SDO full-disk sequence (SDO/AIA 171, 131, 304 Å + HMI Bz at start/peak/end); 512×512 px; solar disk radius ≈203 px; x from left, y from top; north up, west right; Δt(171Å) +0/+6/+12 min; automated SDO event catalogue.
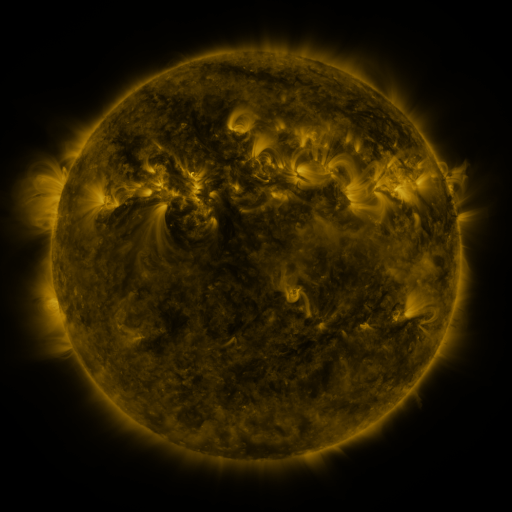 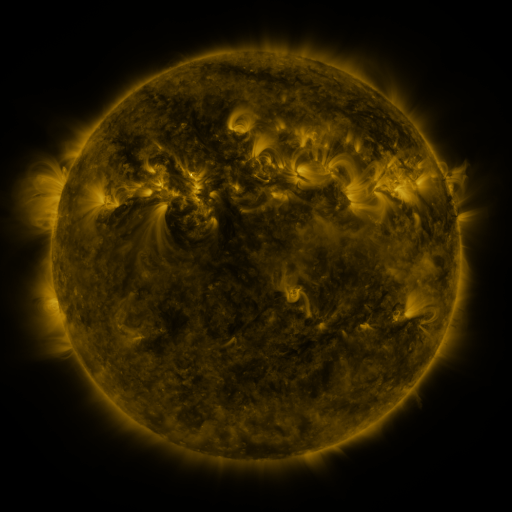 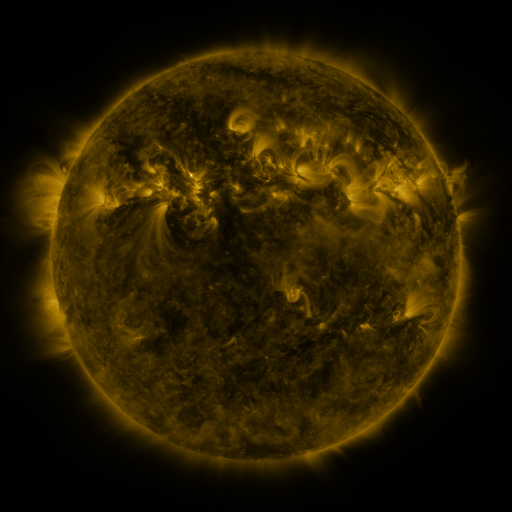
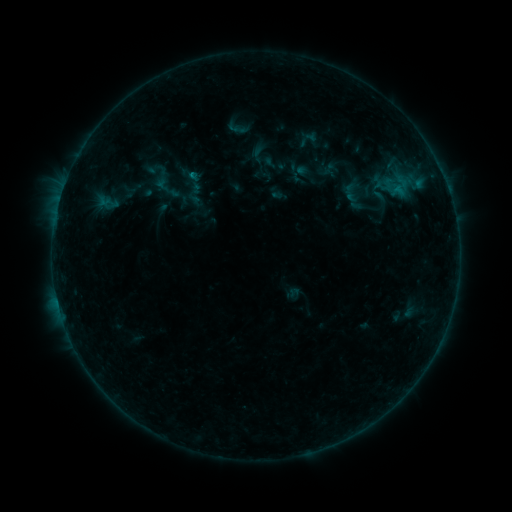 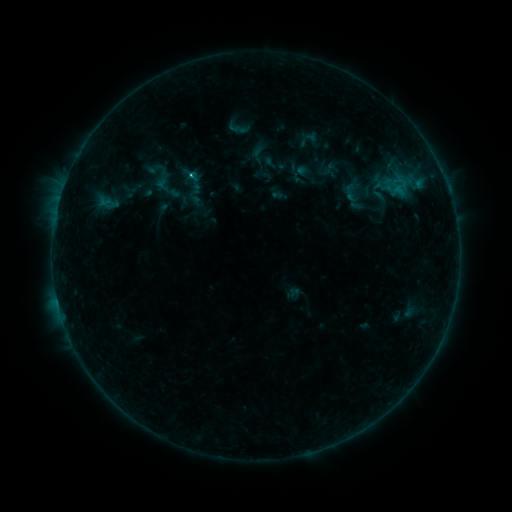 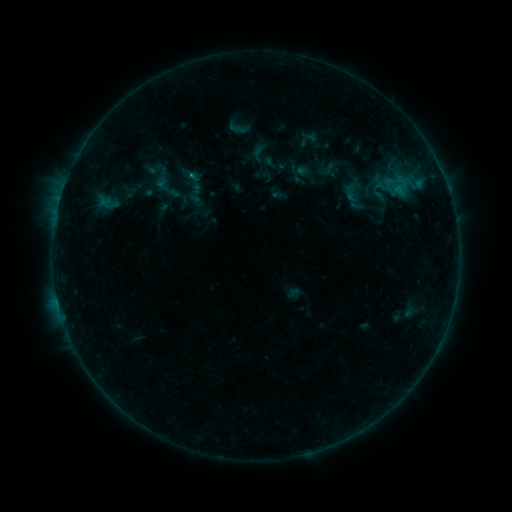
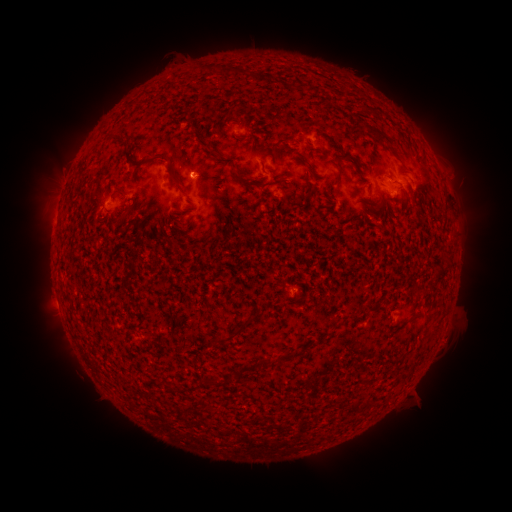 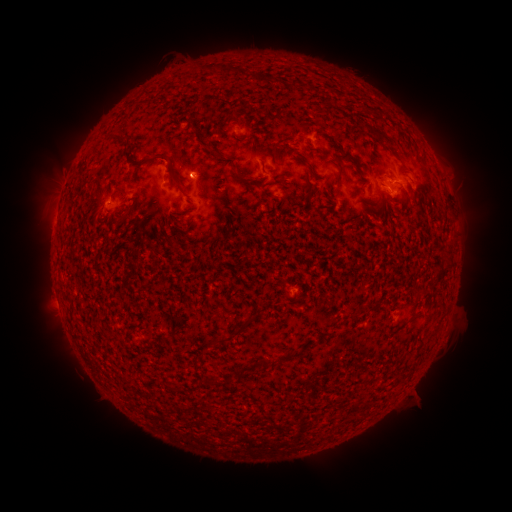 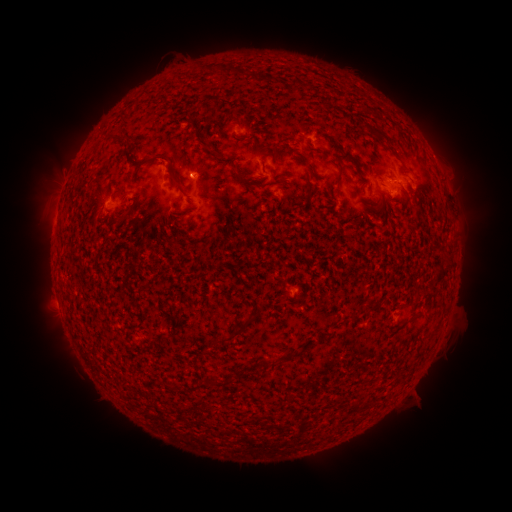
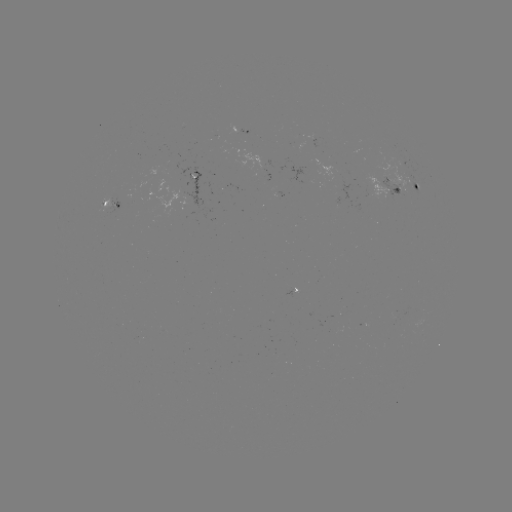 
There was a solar flare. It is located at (193, 179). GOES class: B5.6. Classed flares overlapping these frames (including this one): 1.